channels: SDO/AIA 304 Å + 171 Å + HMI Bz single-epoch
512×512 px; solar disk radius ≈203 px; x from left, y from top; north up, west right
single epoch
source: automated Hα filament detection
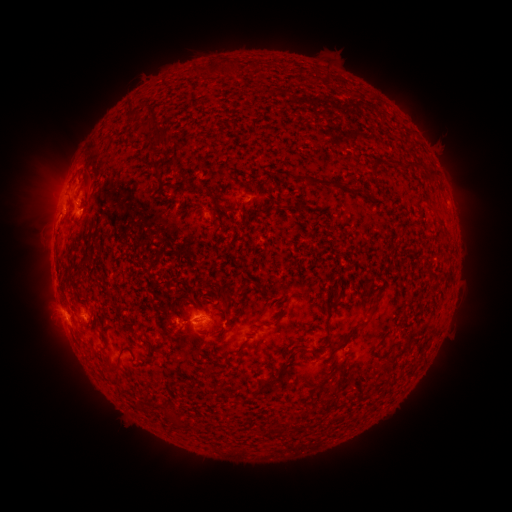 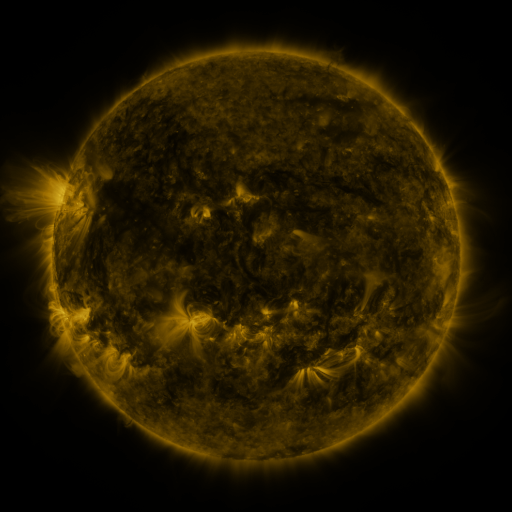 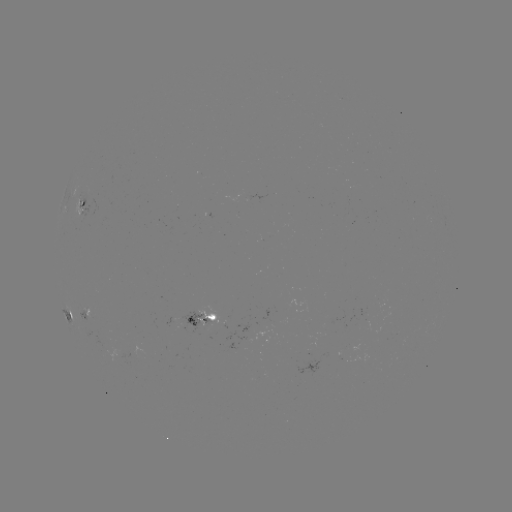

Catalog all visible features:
filament: <bbox>225, 60, 236, 73</bbox>
filament: <bbox>252, 60, 259, 70</bbox>
filament: <bbox>189, 62, 219, 77</bbox>
filament: <bbox>125, 103, 139, 121</bbox>
filament: <bbox>135, 125, 148, 136</bbox>
filament: <bbox>147, 134, 162, 150</bbox>
filament: <bbox>400, 158, 435, 175</bbox>
filament: <bbox>149, 160, 158, 172</bbox>
filament: <bbox>302, 175, 347, 191</bbox>
filament: <bbox>207, 191, 218, 205</bbox>
filament: <bbox>79, 199, 88, 211</bbox>
filament: <bbox>221, 205, 231, 214</bbox>
filament: <bbox>432, 211, 444, 226</bbox>
filament: <bbox>204, 280, 232, 306</bbox>
filament: <bbox>326, 295, 342, 342</bbox>
filament: <bbox>100, 320, 109, 330</bbox>
filament: <bbox>337, 323, 361, 348</bbox>
filament: <bbox>293, 340, 304, 346</bbox>
filament: <bbox>288, 345, 308, 361</bbox>
filament: <bbox>279, 363, 288, 372</bbox>
filament: <bbox>387, 374, 401, 384</bbox>
filament: <bbox>257, 376, 278, 394</bbox>
filament: <bbox>168, 411, 185, 428</bbox>
